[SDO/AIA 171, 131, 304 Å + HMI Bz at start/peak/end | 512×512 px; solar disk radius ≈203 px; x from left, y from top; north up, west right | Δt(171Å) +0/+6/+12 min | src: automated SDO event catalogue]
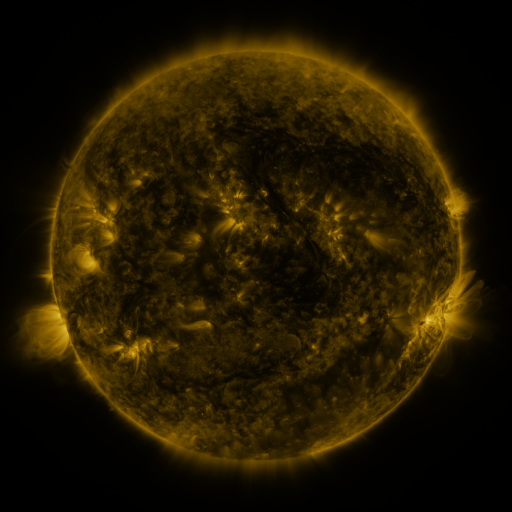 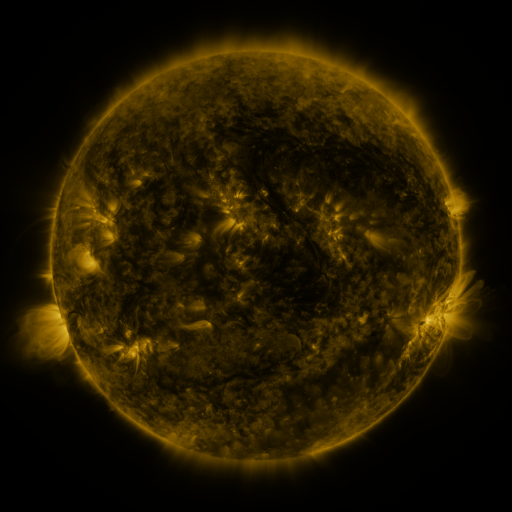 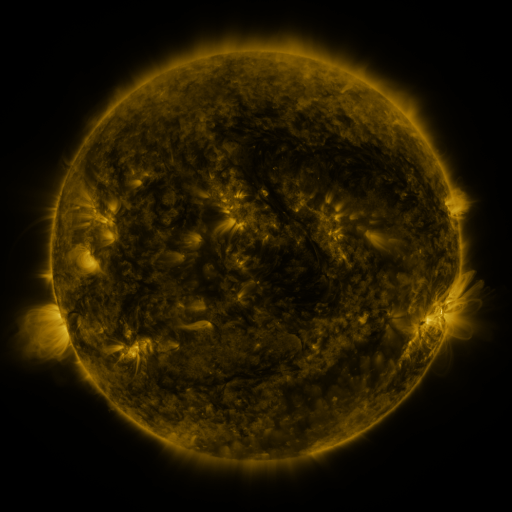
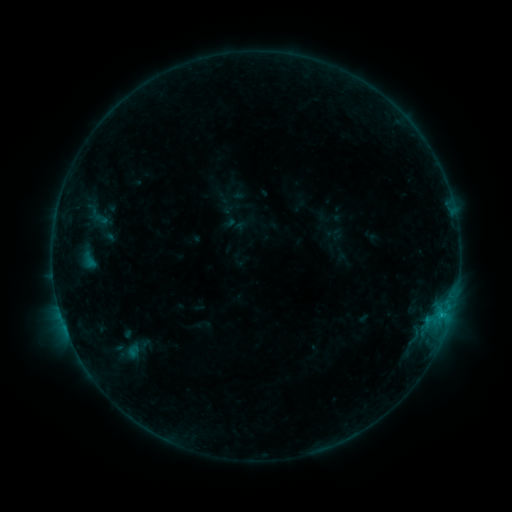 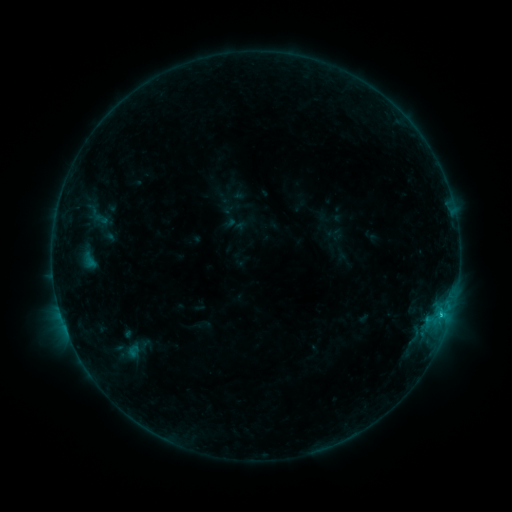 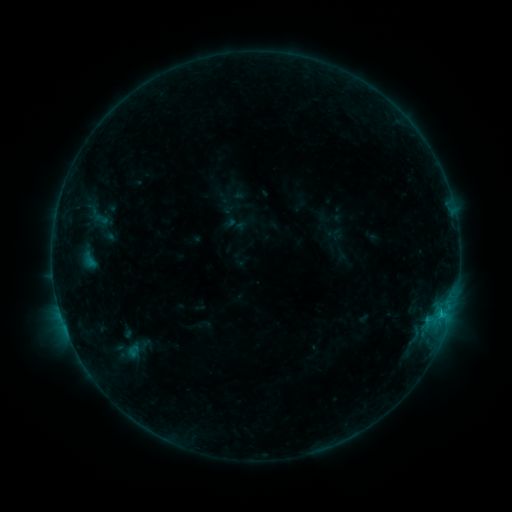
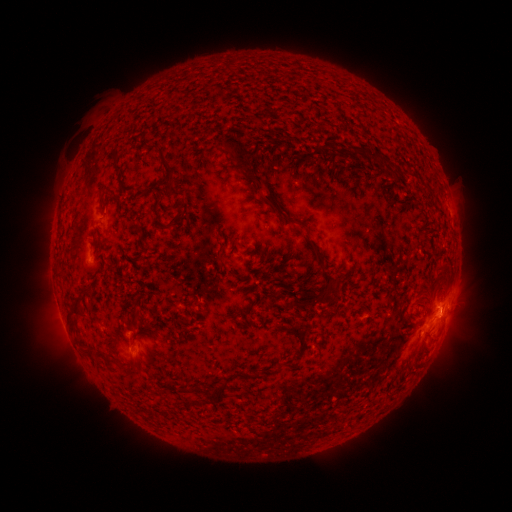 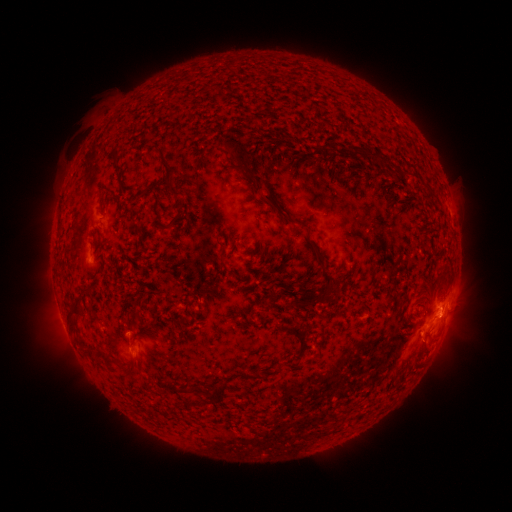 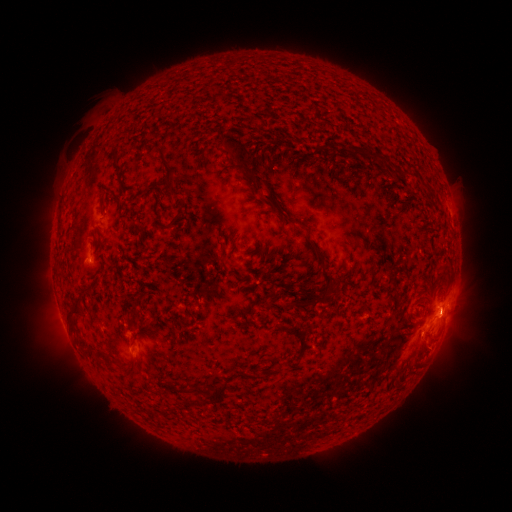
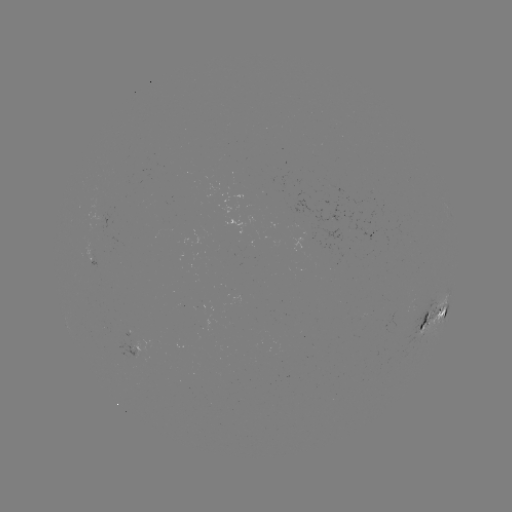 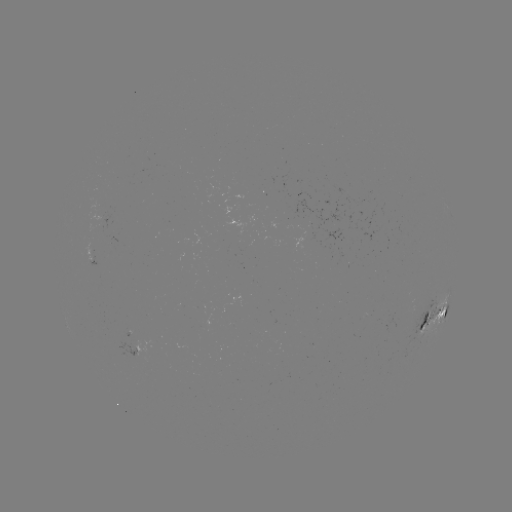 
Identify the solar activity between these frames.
B9.5 flare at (441, 313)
